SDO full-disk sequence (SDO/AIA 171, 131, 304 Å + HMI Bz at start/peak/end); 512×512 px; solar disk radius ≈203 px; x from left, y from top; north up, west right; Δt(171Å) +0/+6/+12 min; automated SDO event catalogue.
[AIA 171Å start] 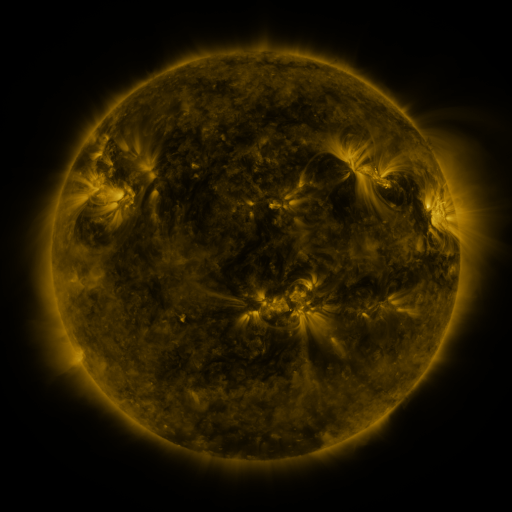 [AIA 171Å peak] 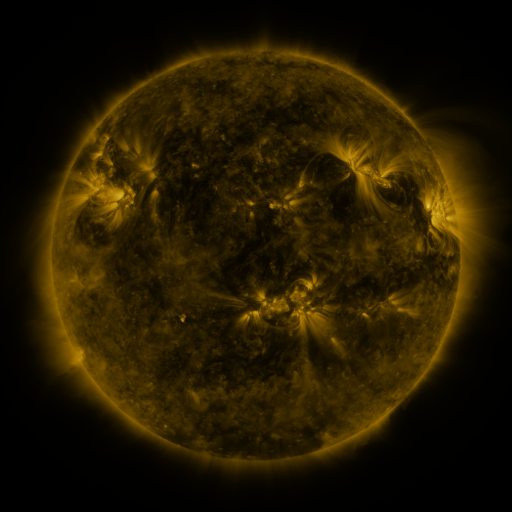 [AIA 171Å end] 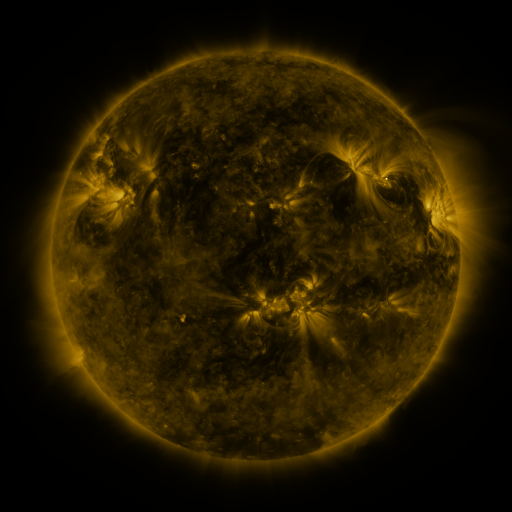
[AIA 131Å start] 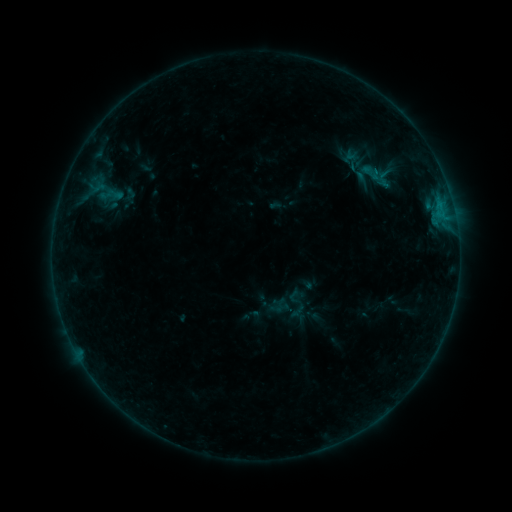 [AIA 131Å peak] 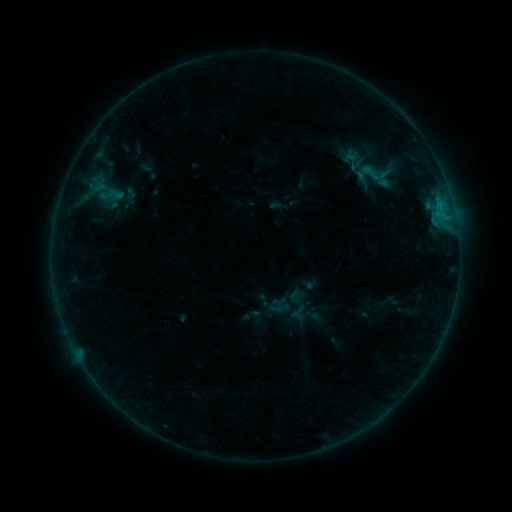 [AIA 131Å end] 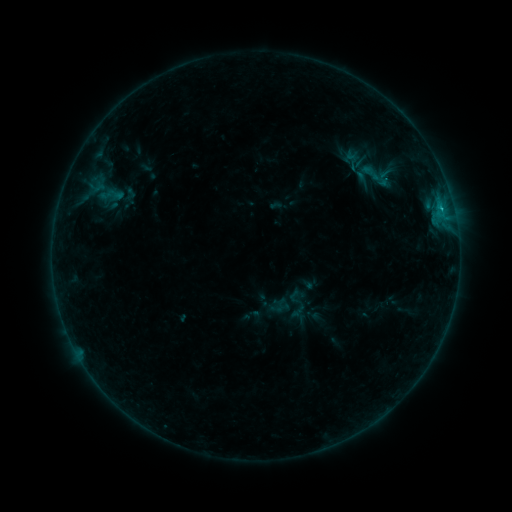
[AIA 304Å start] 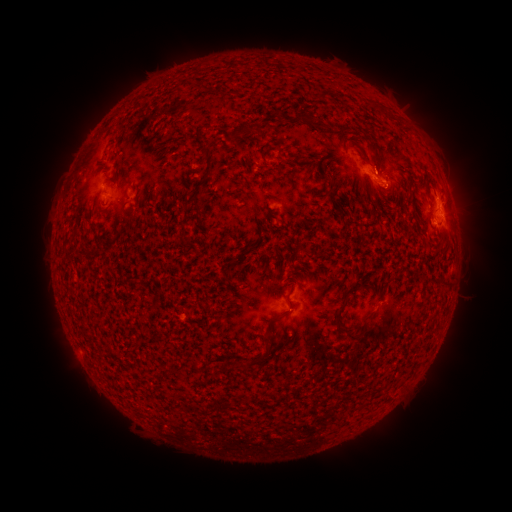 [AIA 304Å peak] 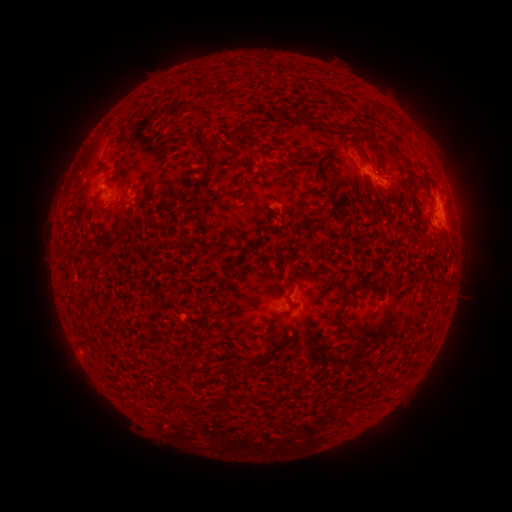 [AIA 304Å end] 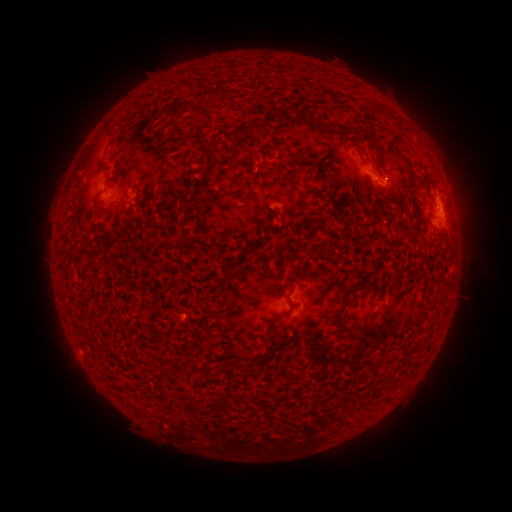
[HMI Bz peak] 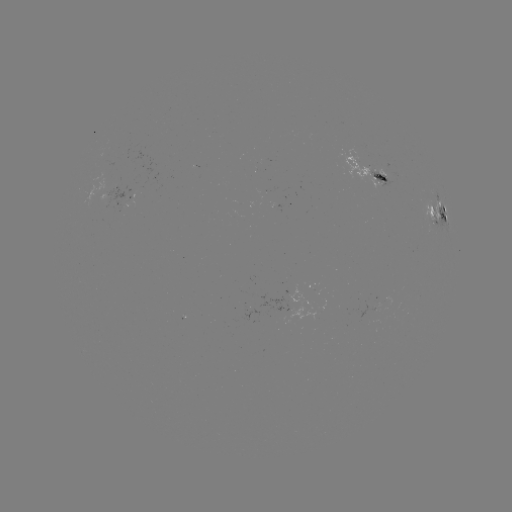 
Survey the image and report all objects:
B6.3 flare: (438, 217)
